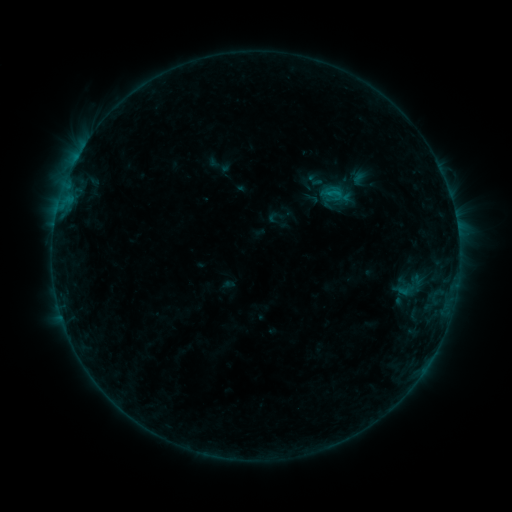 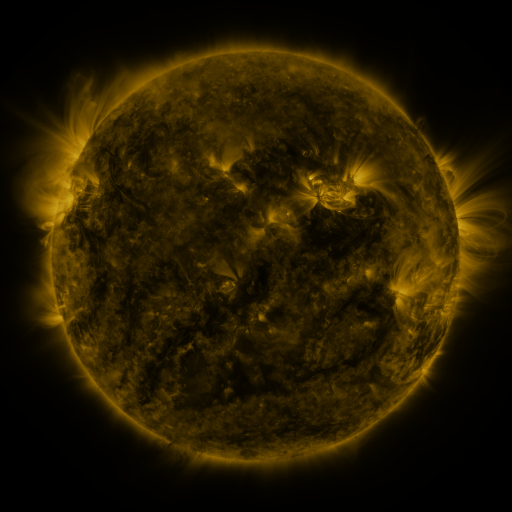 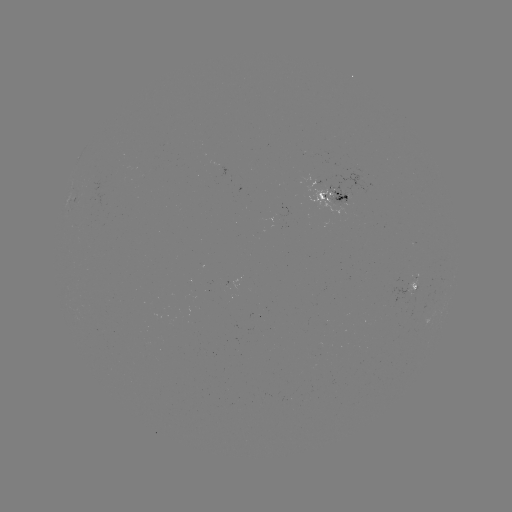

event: sigmoid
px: (404, 289)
